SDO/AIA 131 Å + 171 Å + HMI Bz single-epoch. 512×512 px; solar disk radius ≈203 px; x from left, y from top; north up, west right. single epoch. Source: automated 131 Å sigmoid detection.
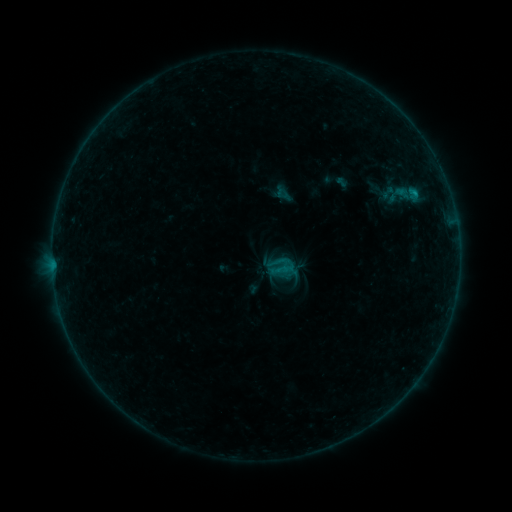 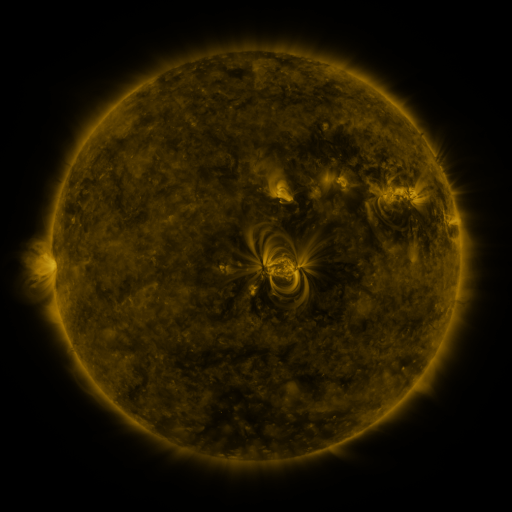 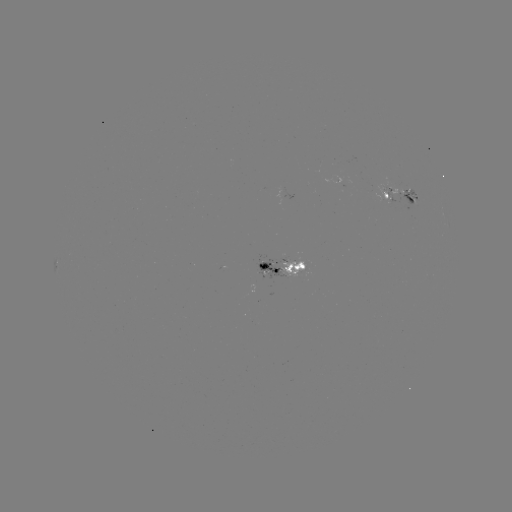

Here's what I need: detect sigmoid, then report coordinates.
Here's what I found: sigmoid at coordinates [281, 266].